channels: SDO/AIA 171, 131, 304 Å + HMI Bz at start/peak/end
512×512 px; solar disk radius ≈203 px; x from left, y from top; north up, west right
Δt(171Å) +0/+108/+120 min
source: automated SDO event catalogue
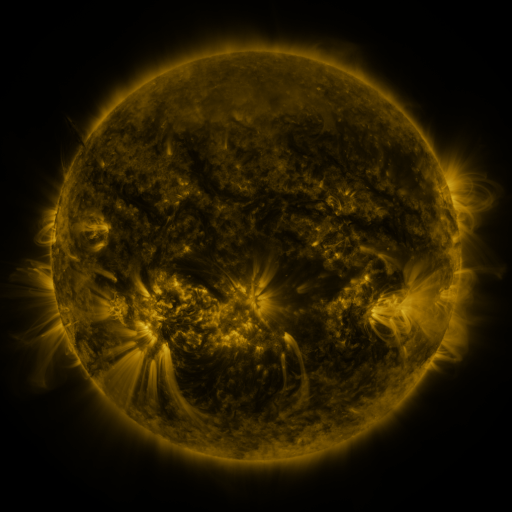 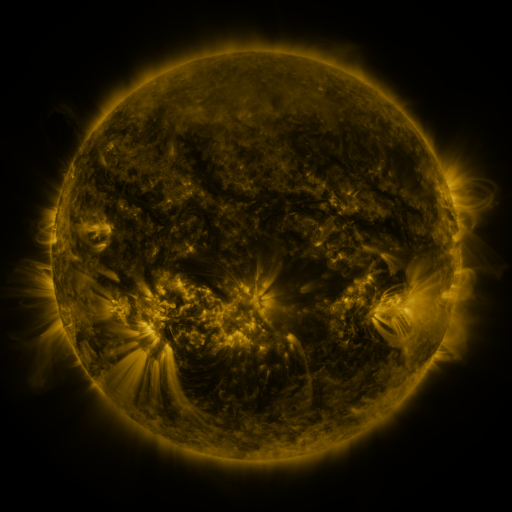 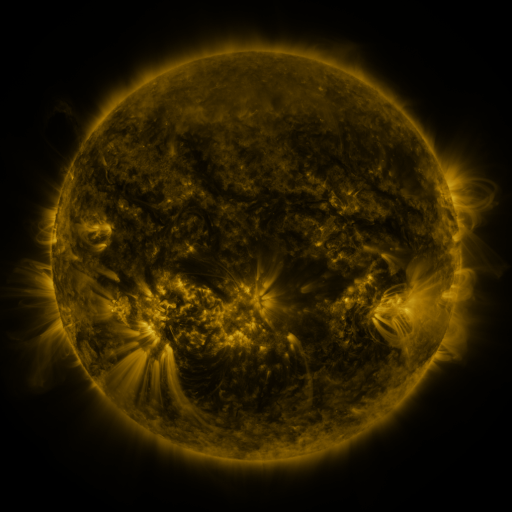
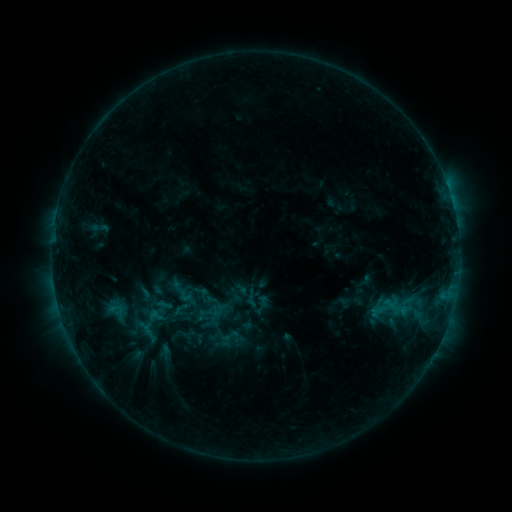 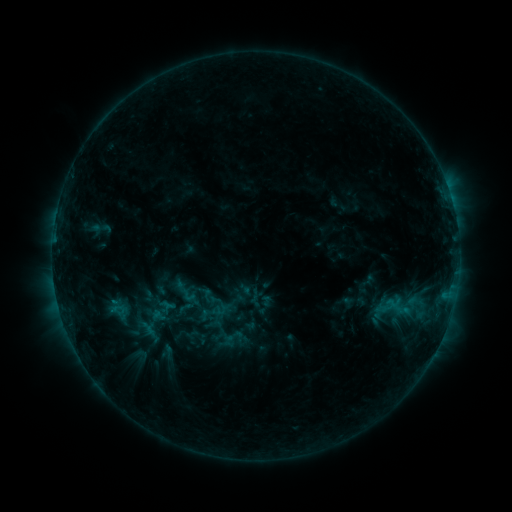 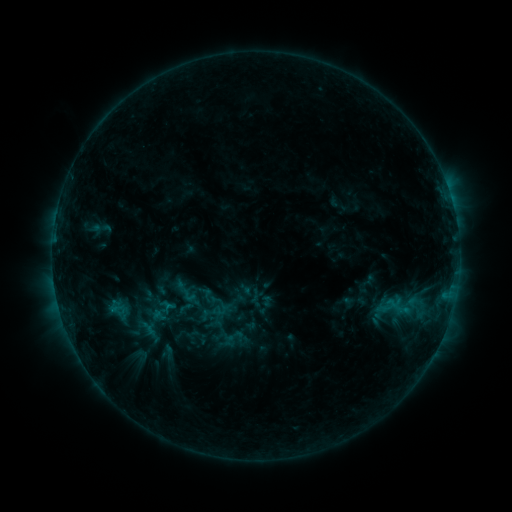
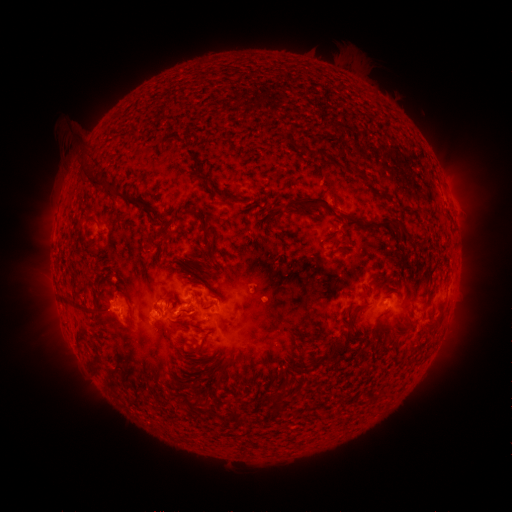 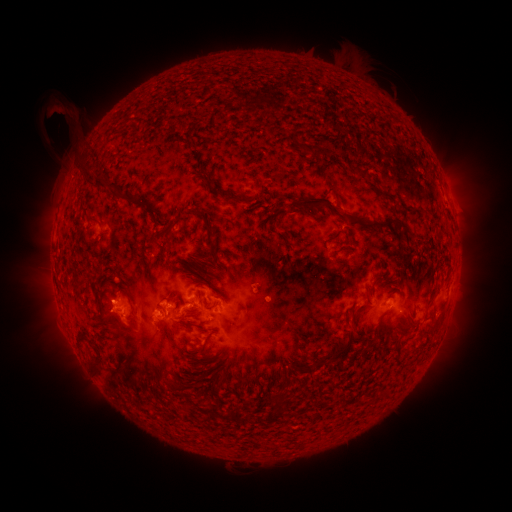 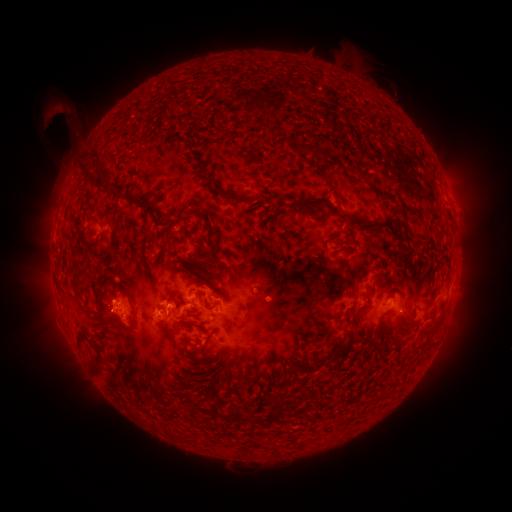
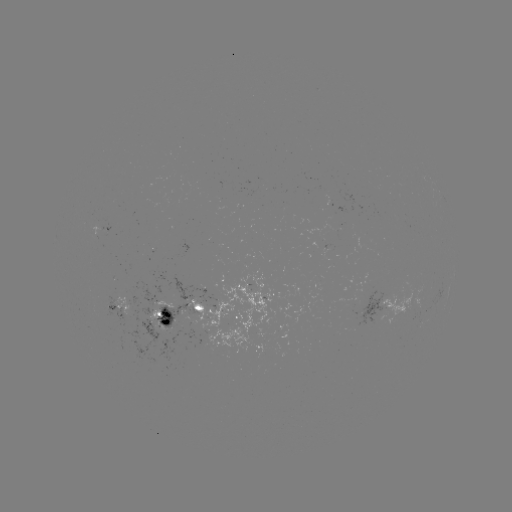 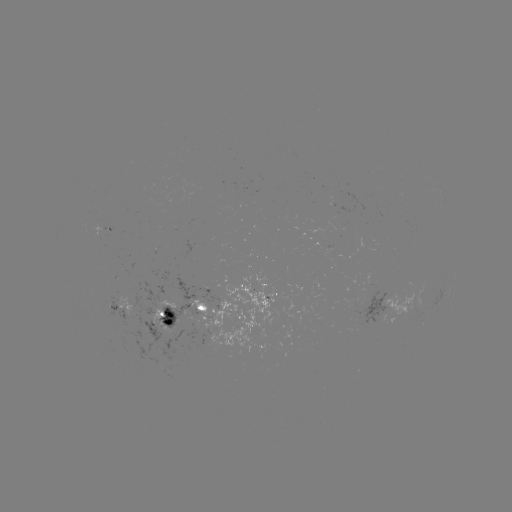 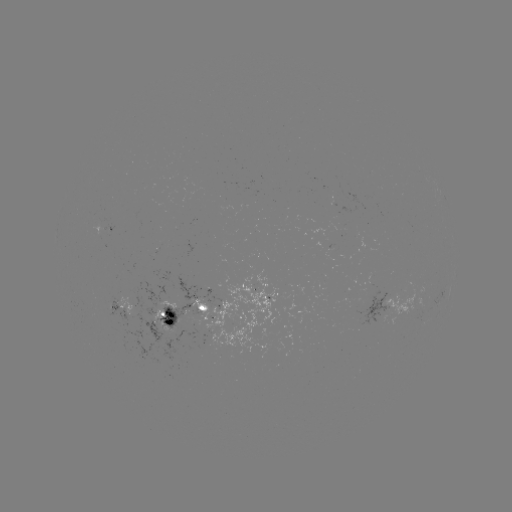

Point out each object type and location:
emerging-flux region: (332, 200)
